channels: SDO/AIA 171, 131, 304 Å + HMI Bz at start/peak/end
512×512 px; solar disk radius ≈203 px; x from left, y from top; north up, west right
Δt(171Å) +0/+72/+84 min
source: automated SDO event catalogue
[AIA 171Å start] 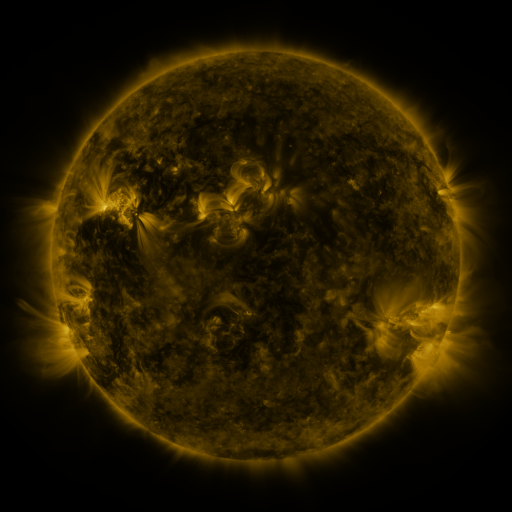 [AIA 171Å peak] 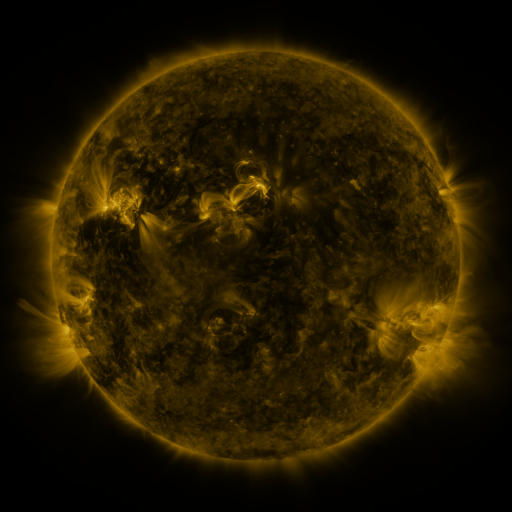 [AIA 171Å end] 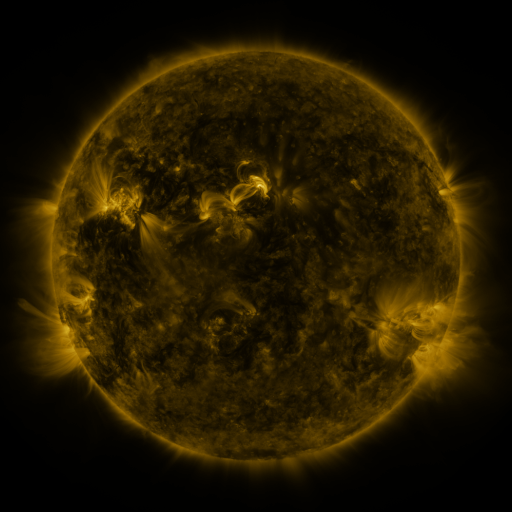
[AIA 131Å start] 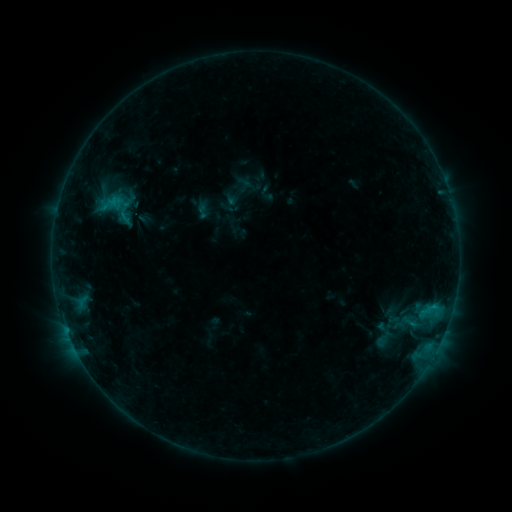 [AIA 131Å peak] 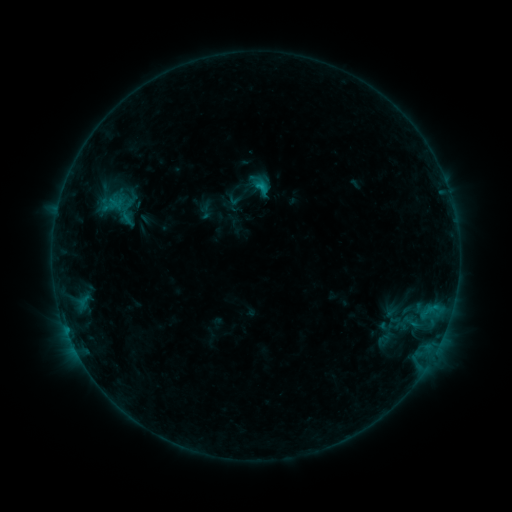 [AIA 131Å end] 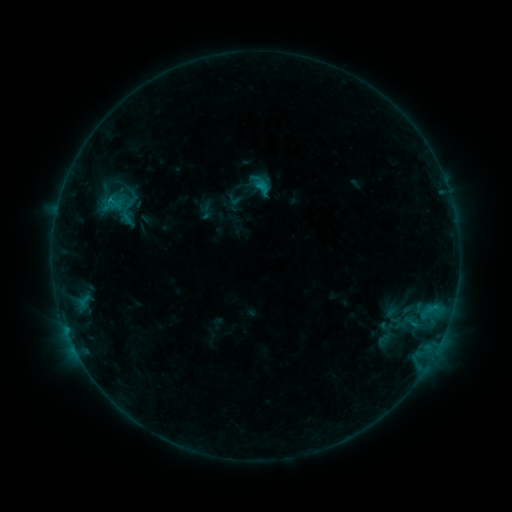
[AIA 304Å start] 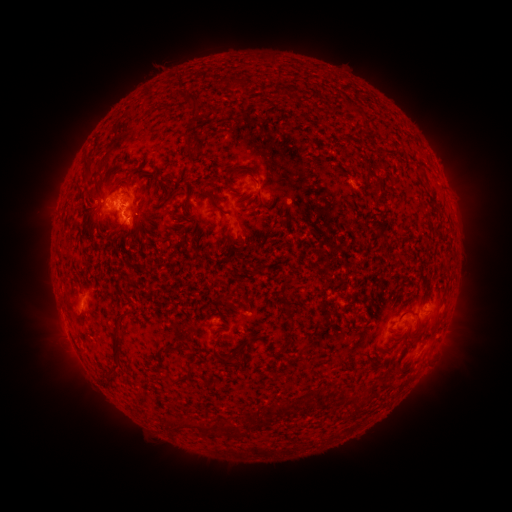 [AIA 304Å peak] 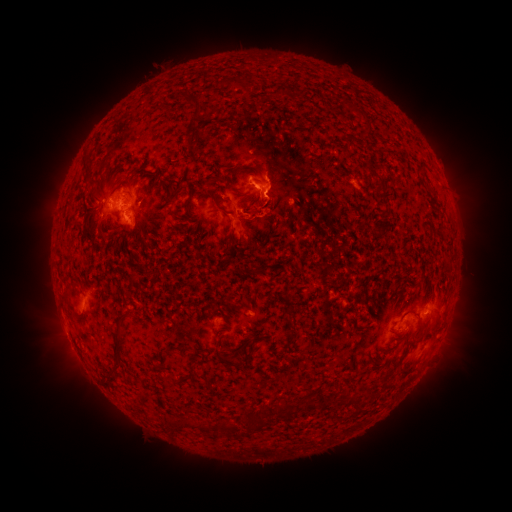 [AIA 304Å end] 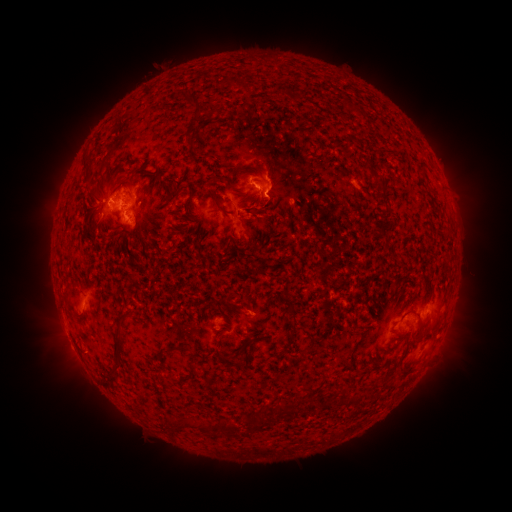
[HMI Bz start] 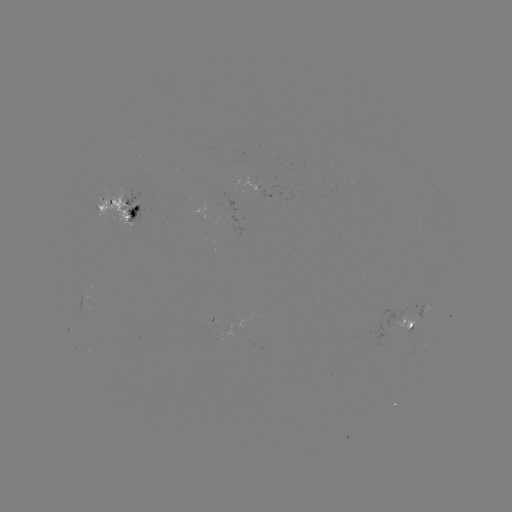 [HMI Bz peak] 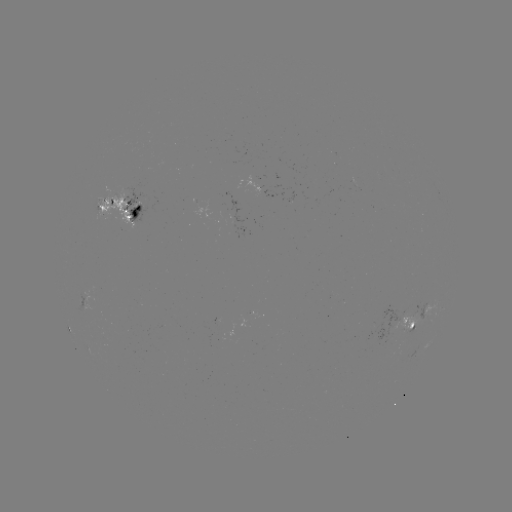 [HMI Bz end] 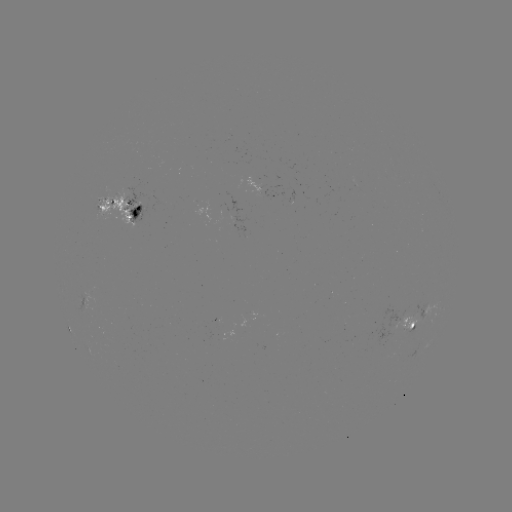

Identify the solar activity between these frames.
emerging-flux region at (408, 317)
